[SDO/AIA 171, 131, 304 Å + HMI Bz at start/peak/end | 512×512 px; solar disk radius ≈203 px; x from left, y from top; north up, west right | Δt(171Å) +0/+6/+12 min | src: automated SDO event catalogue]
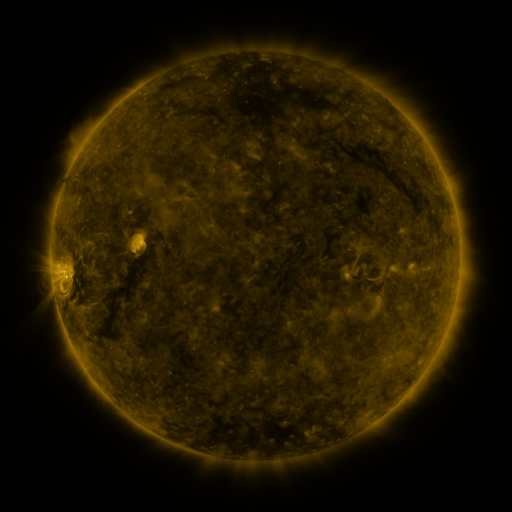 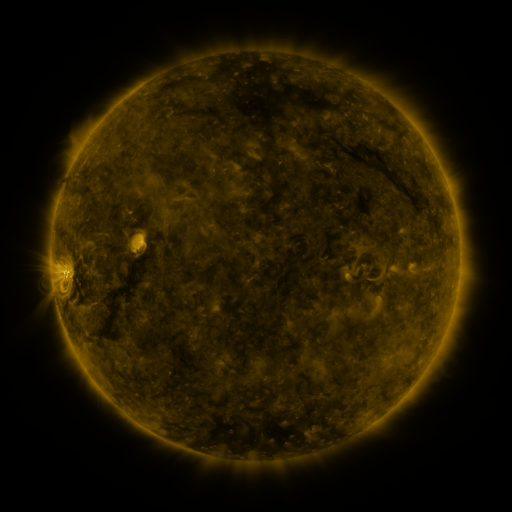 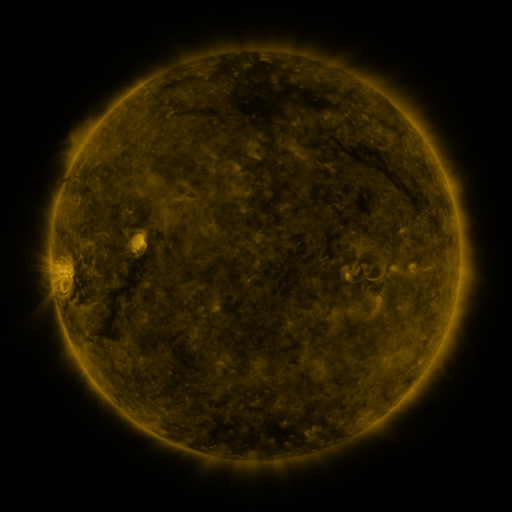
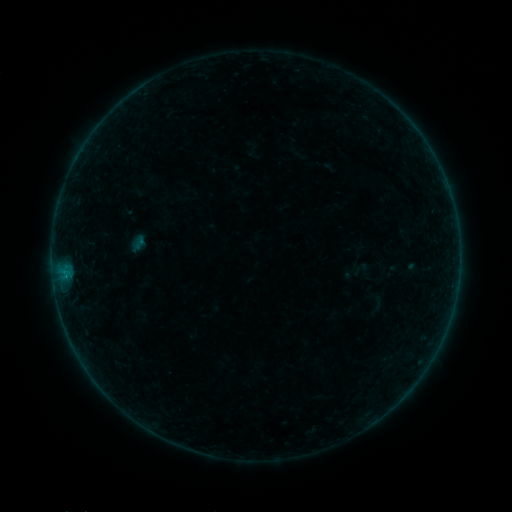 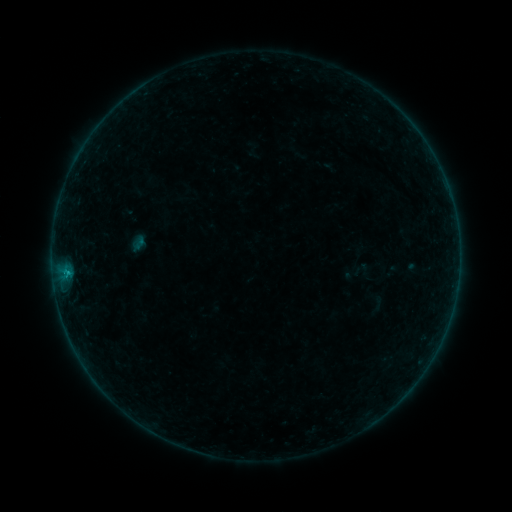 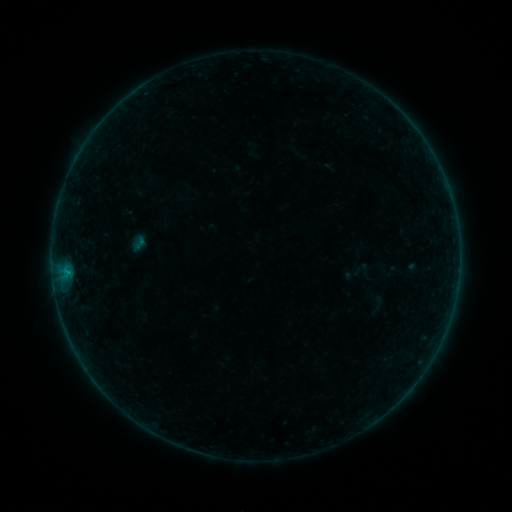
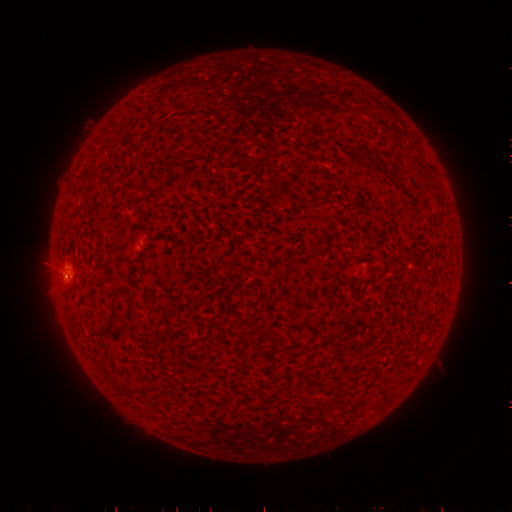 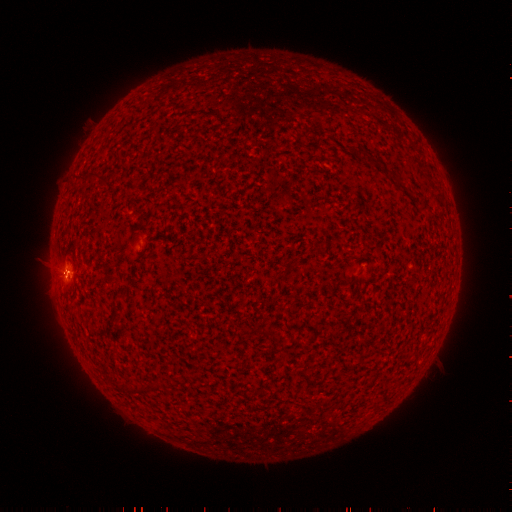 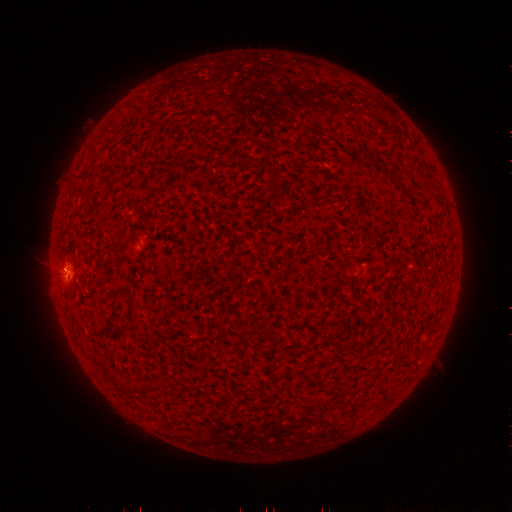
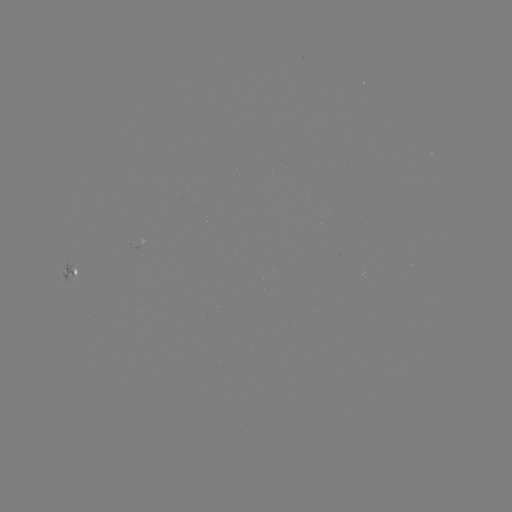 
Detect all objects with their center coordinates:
B3.3 flare: (68, 272)
